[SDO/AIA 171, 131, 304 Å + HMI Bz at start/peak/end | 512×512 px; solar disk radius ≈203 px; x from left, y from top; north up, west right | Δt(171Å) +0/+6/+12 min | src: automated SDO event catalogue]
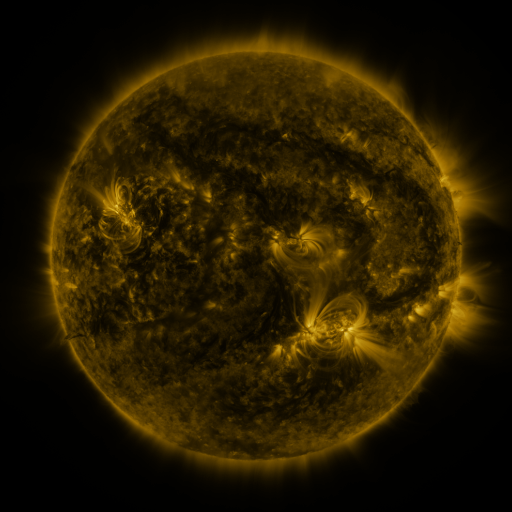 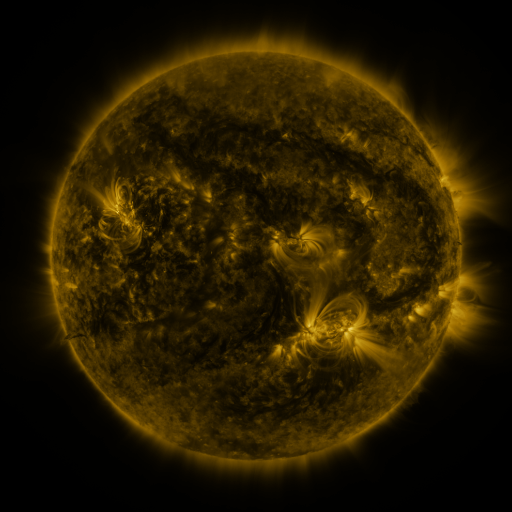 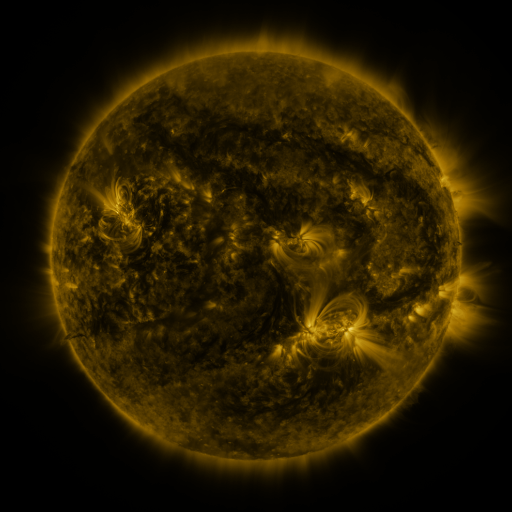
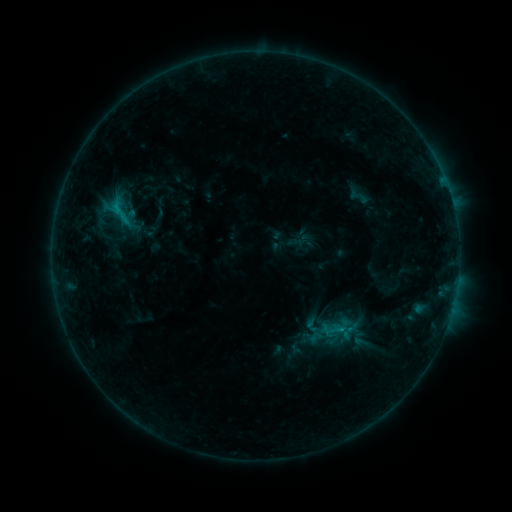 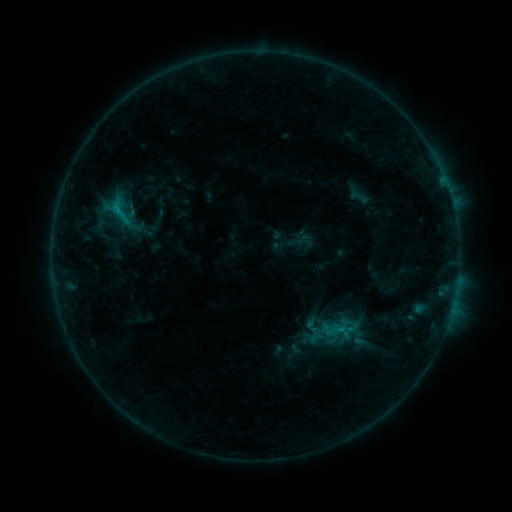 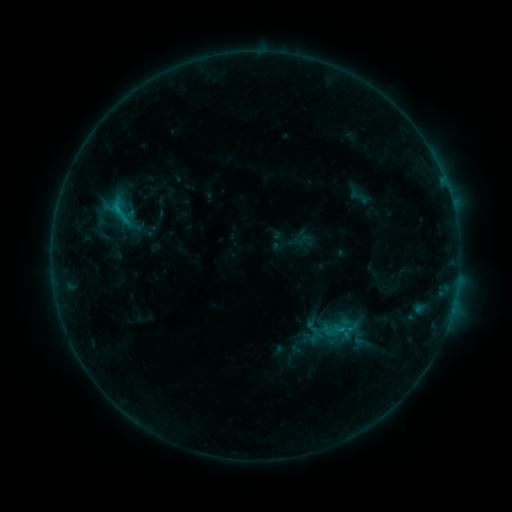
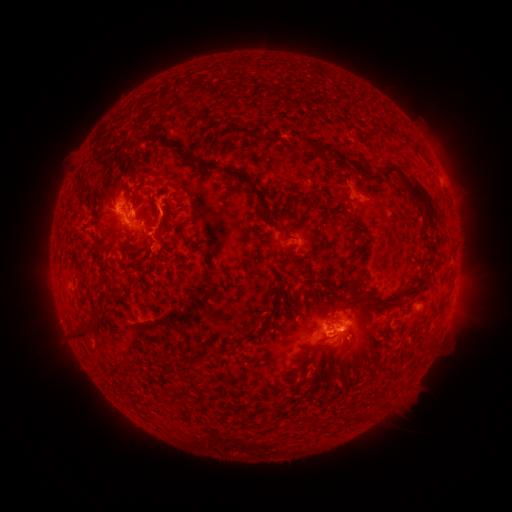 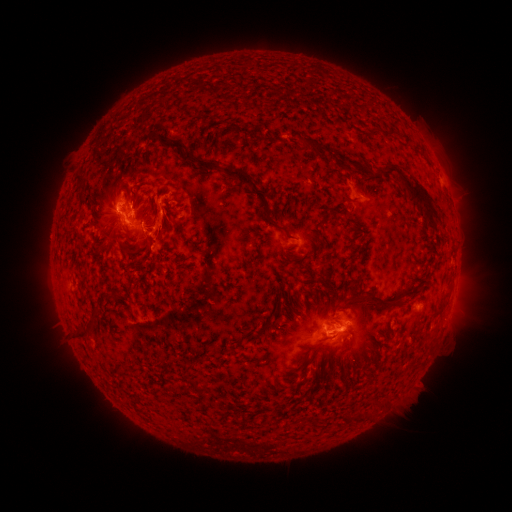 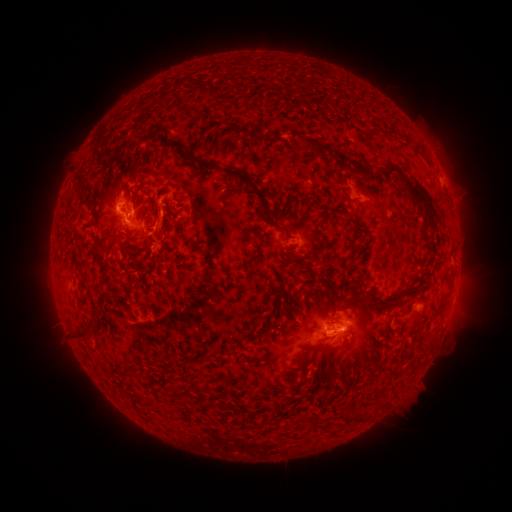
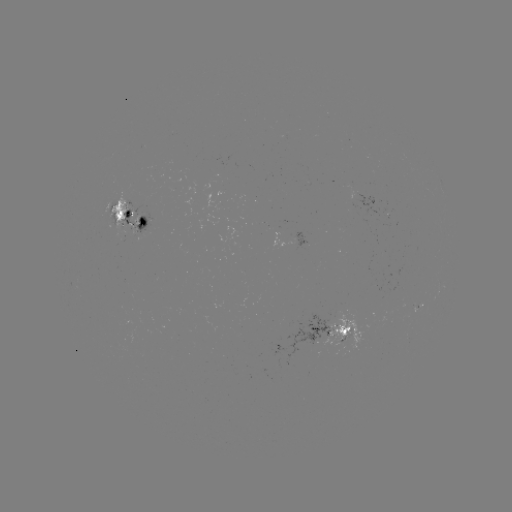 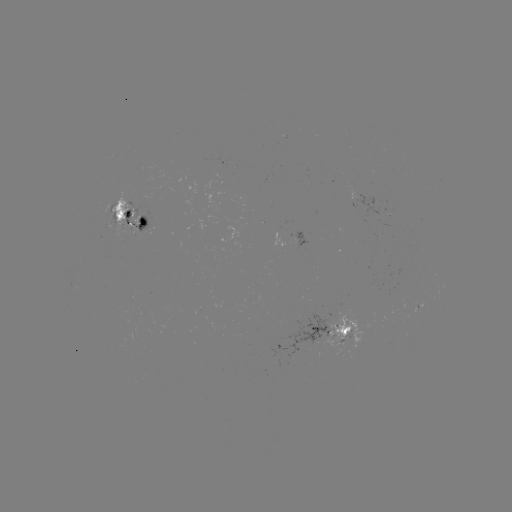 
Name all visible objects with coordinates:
eruption: (164, 225)
